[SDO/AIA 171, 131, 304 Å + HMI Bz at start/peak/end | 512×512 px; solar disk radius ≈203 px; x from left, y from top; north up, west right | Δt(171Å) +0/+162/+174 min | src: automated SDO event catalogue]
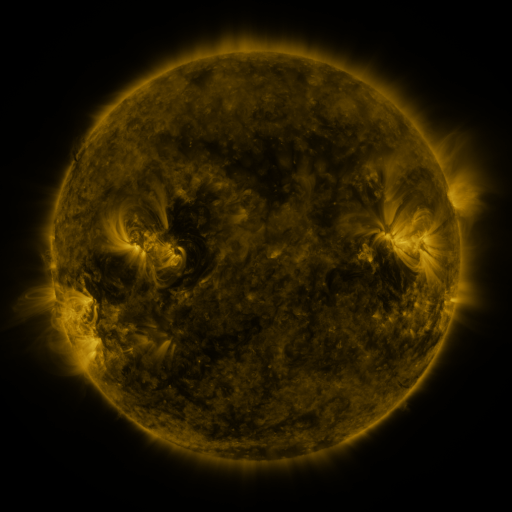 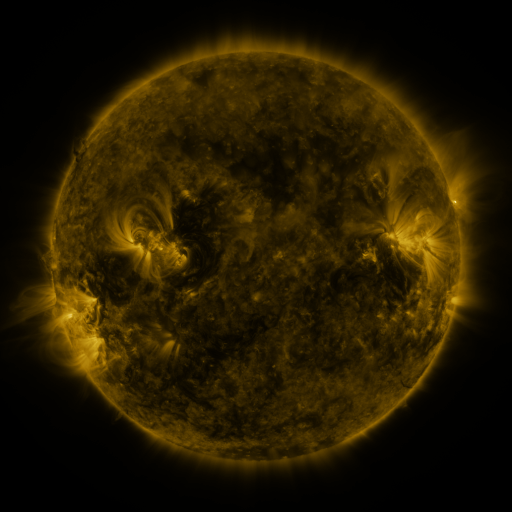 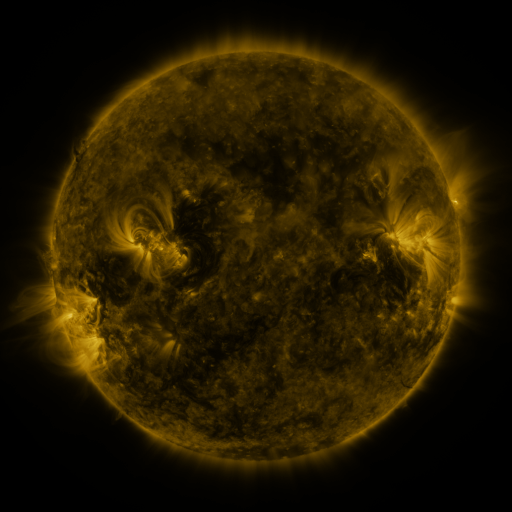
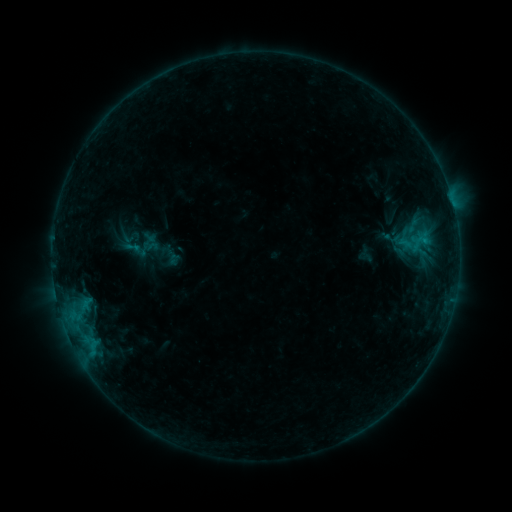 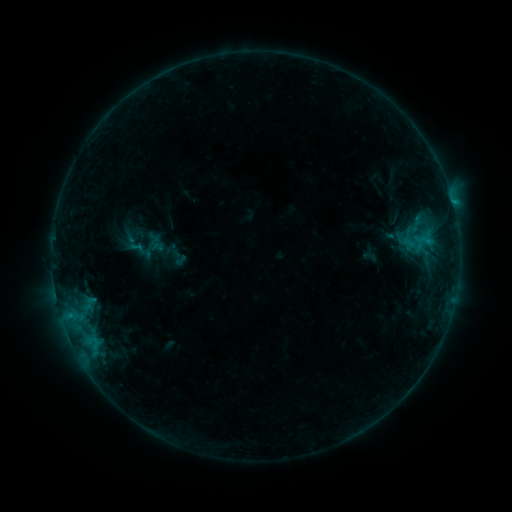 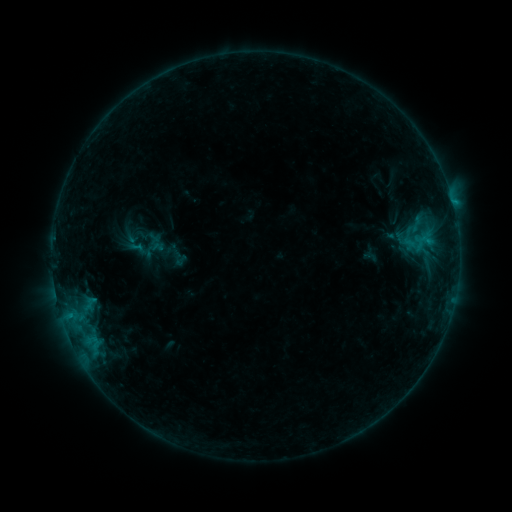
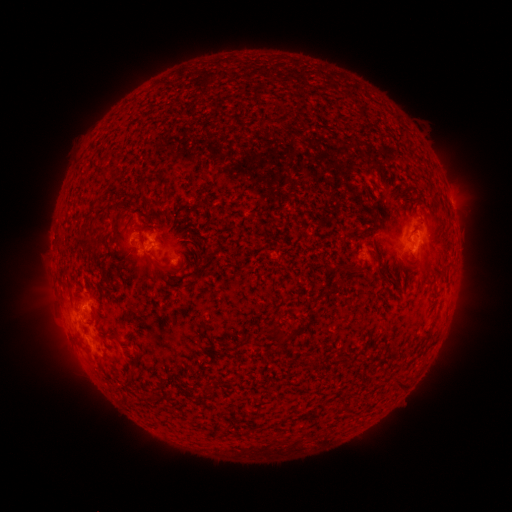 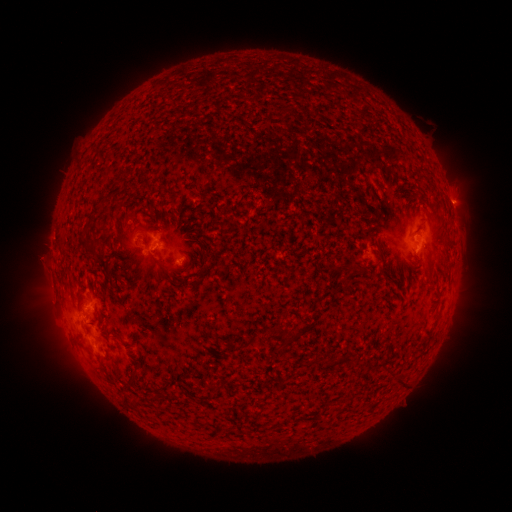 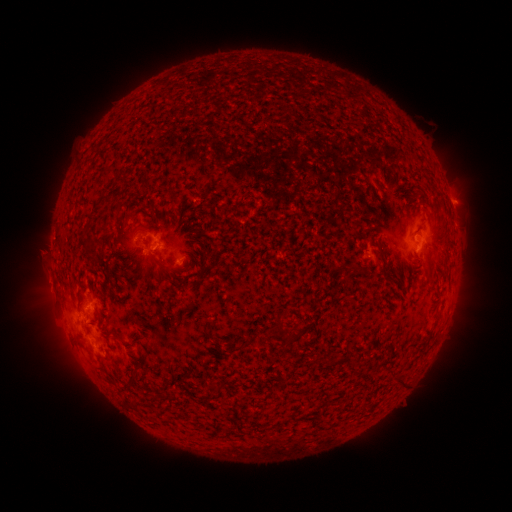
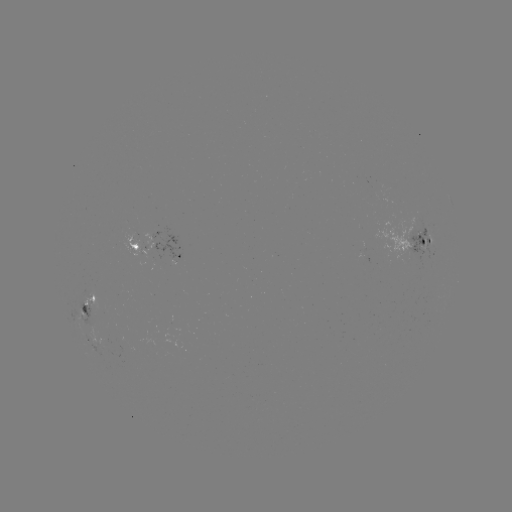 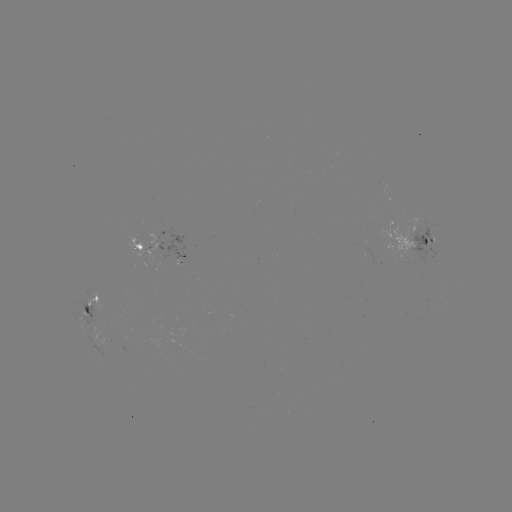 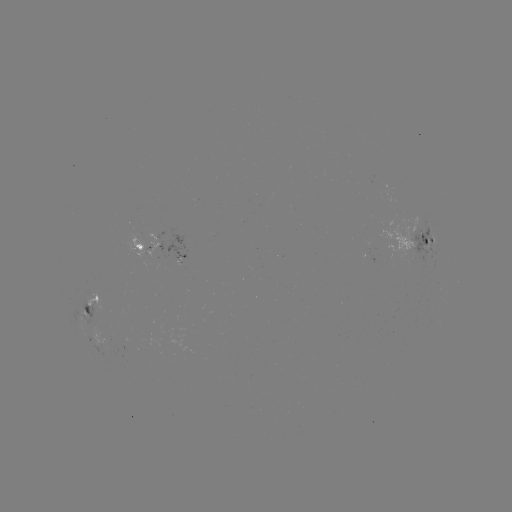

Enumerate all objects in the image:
emerging-flux region: (419, 243)
